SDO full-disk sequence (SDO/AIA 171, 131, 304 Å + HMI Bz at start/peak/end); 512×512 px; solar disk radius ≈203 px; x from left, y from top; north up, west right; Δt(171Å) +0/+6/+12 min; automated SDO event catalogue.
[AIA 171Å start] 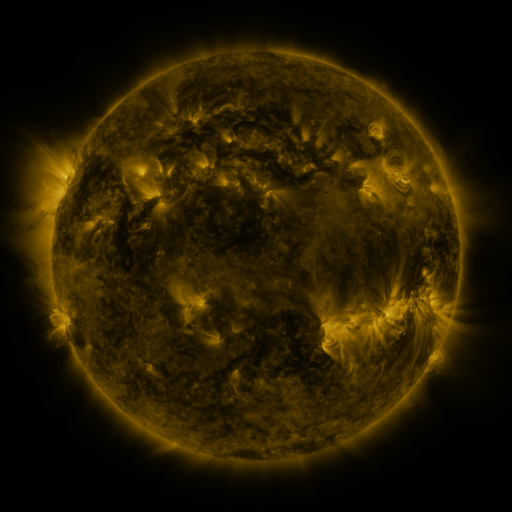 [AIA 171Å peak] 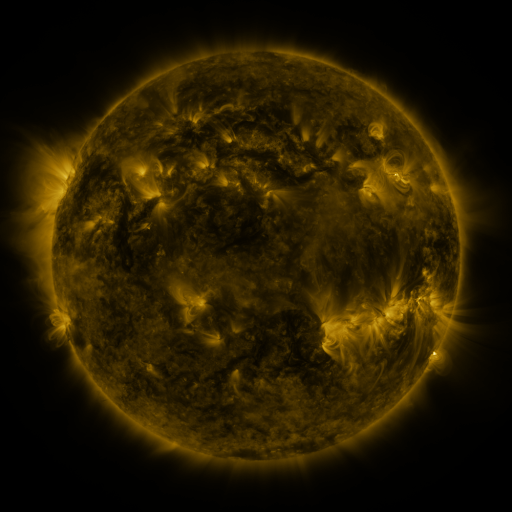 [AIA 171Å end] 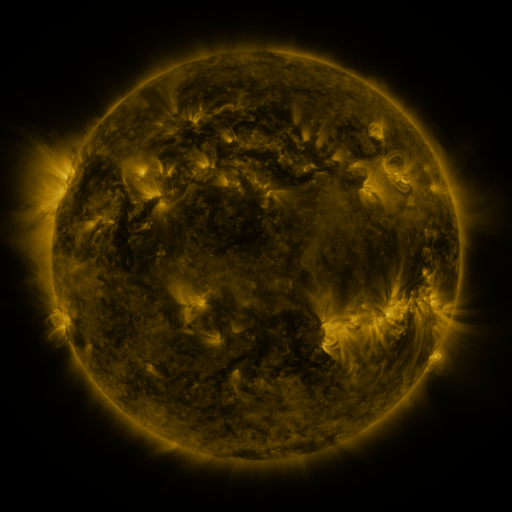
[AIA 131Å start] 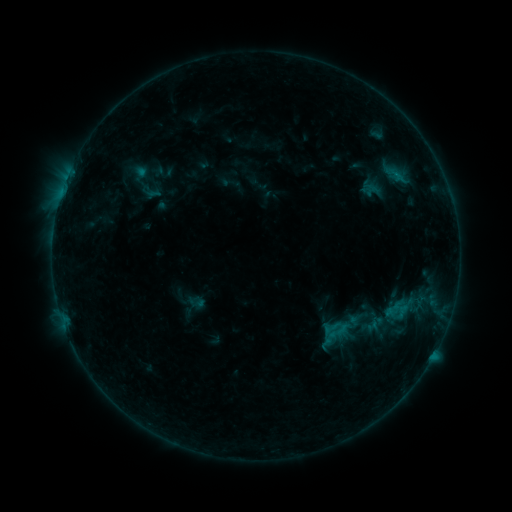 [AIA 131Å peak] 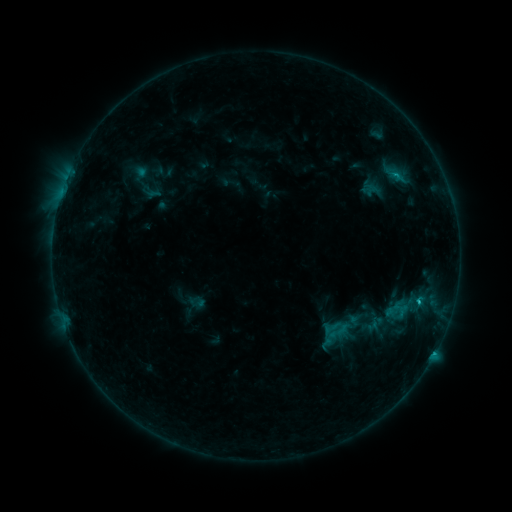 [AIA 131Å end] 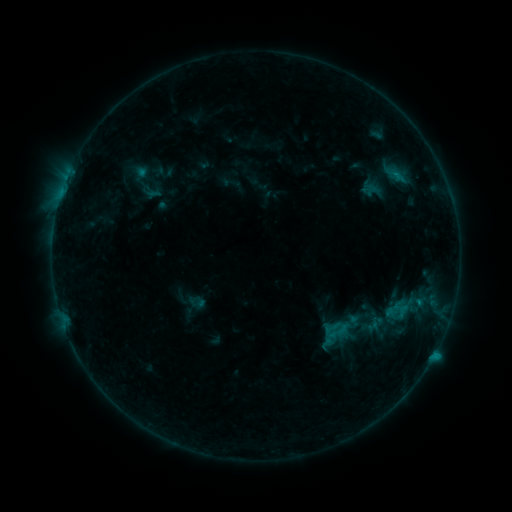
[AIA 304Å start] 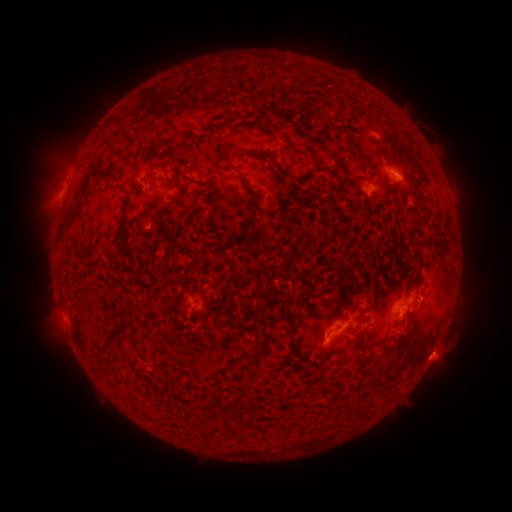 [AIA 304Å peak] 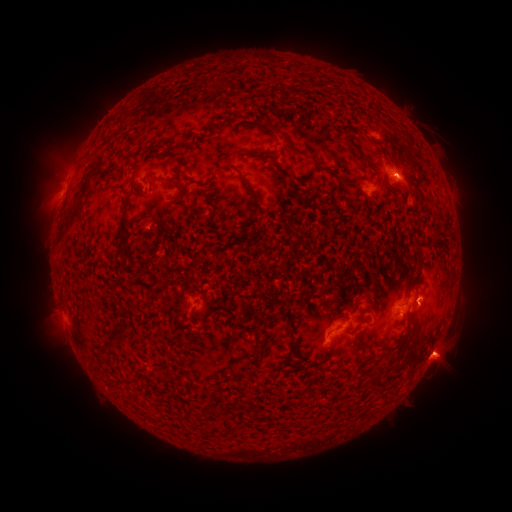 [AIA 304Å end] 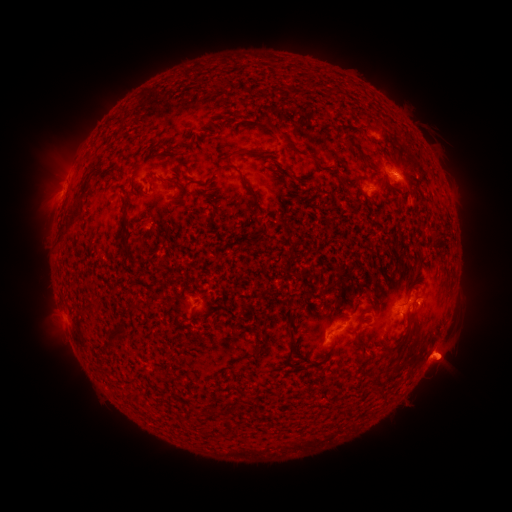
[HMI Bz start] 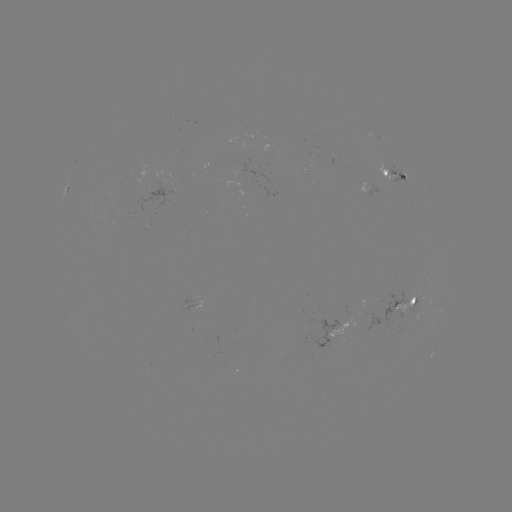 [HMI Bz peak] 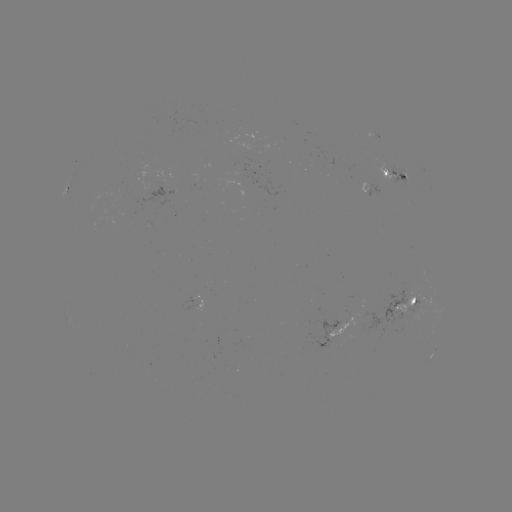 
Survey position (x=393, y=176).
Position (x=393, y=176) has B8.2 flare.